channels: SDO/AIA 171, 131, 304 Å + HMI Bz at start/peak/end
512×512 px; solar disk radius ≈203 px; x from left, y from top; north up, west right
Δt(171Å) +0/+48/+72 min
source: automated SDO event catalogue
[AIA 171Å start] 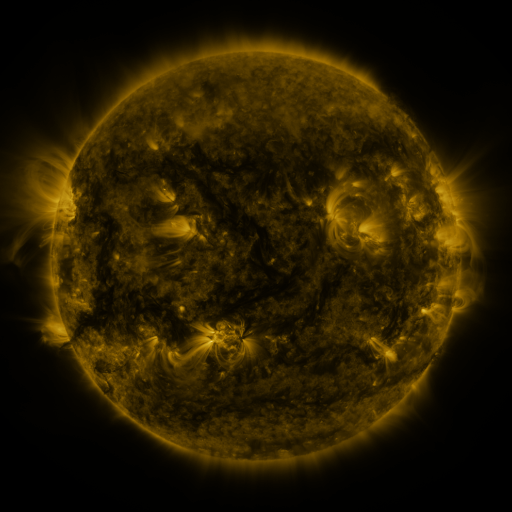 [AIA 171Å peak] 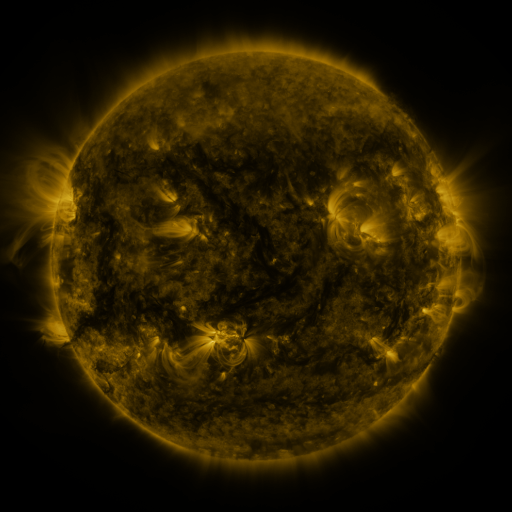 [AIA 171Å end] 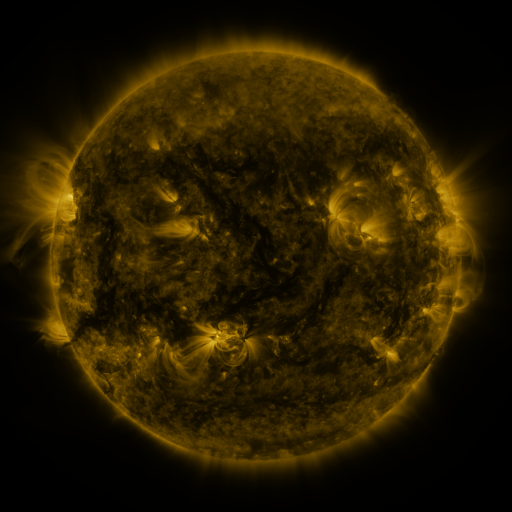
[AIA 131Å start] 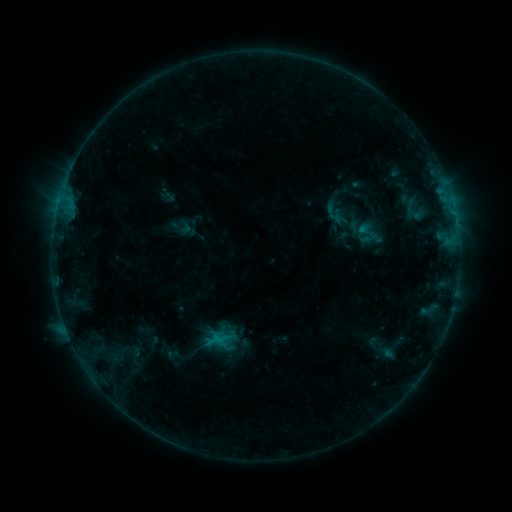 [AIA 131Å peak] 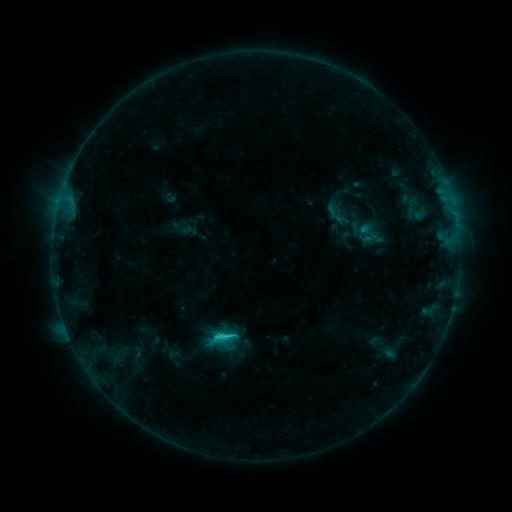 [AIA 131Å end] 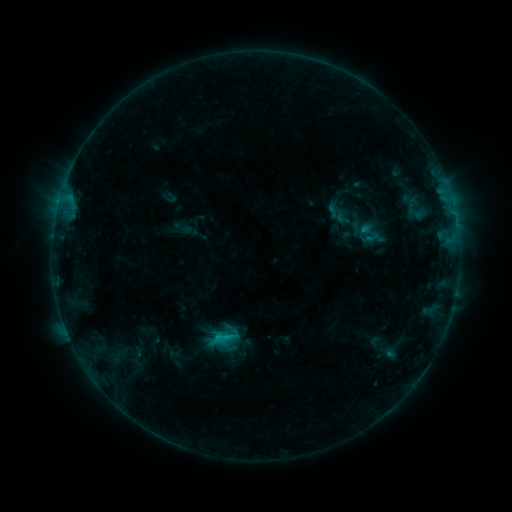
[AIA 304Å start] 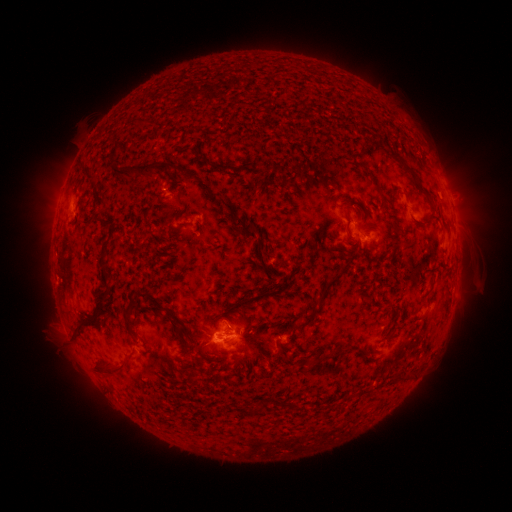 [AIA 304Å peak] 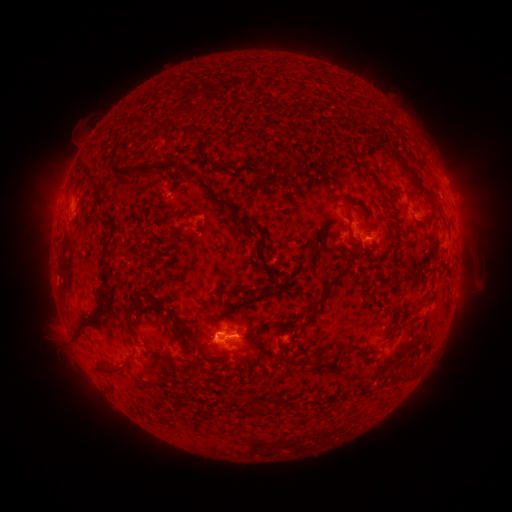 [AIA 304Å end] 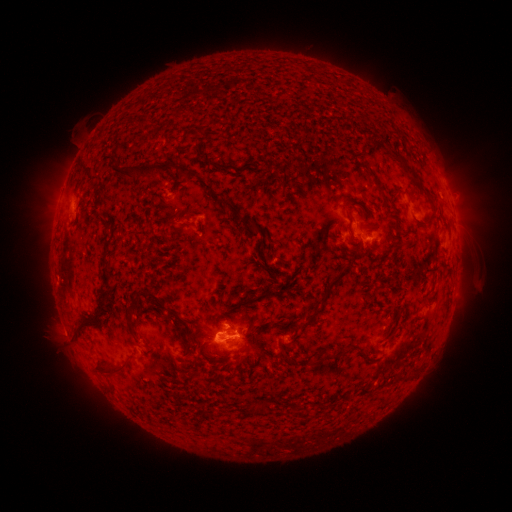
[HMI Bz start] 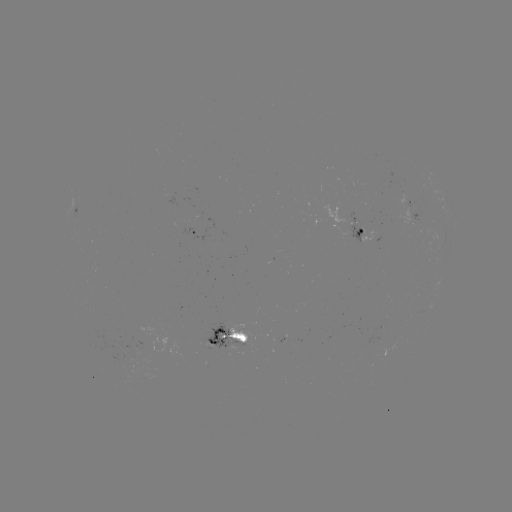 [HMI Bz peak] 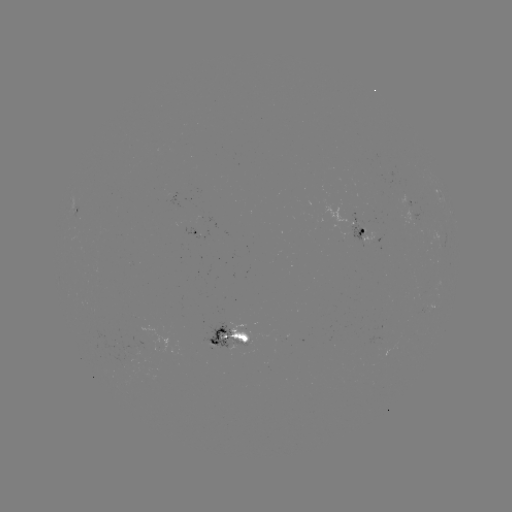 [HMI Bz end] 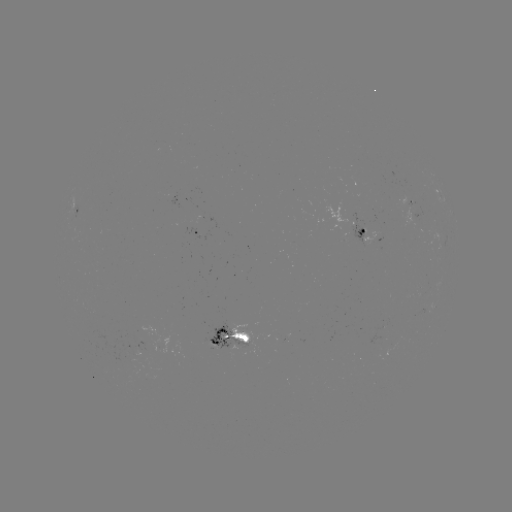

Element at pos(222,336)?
C1.8 flare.